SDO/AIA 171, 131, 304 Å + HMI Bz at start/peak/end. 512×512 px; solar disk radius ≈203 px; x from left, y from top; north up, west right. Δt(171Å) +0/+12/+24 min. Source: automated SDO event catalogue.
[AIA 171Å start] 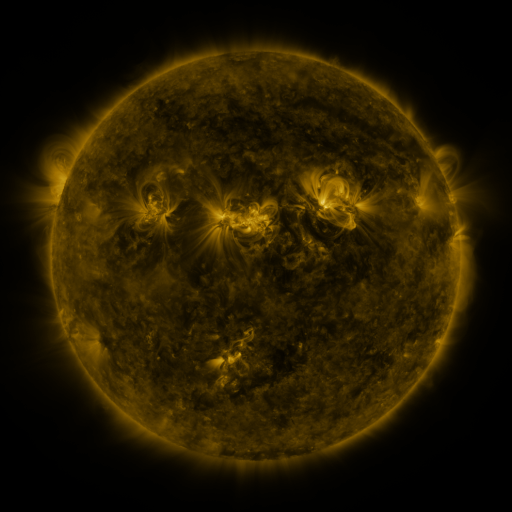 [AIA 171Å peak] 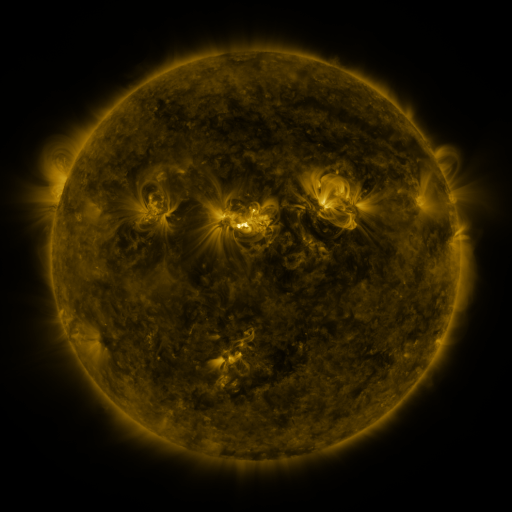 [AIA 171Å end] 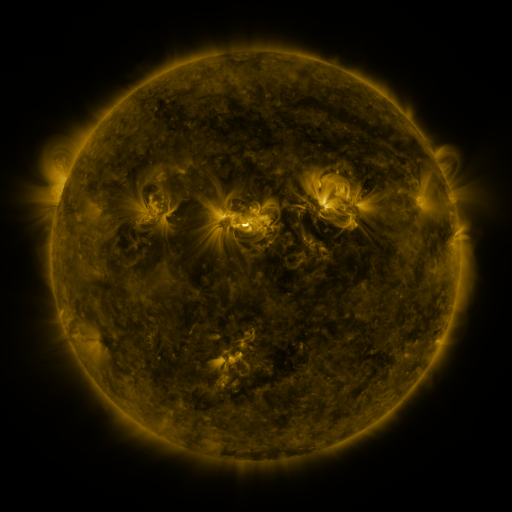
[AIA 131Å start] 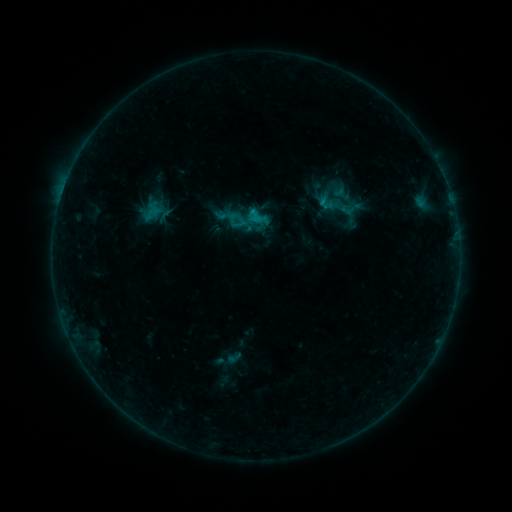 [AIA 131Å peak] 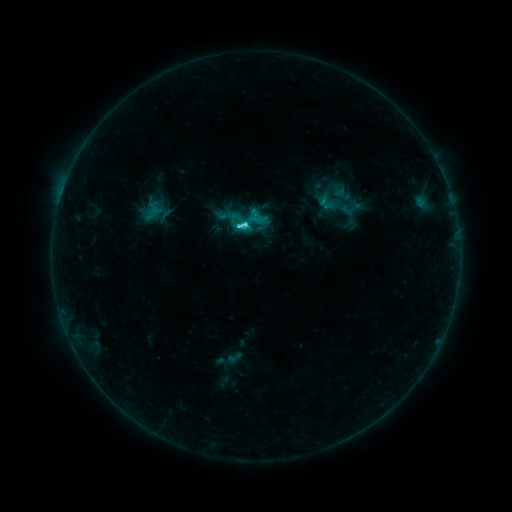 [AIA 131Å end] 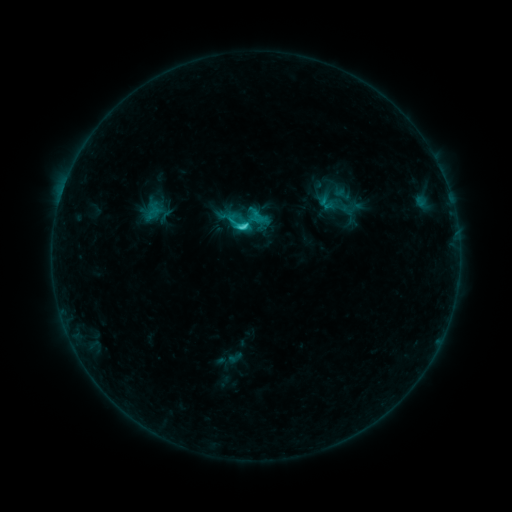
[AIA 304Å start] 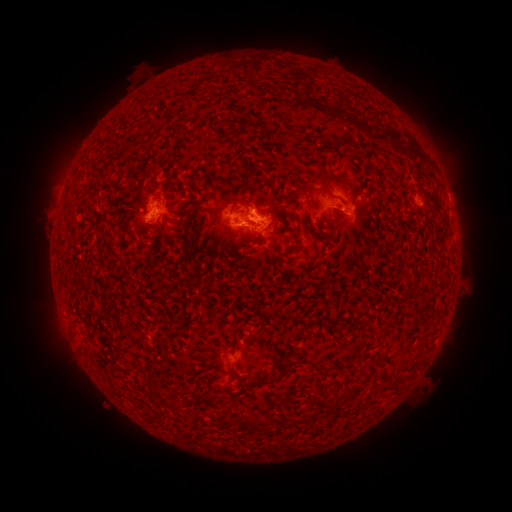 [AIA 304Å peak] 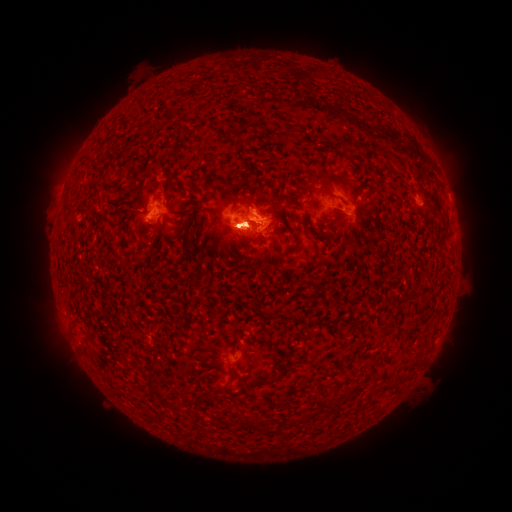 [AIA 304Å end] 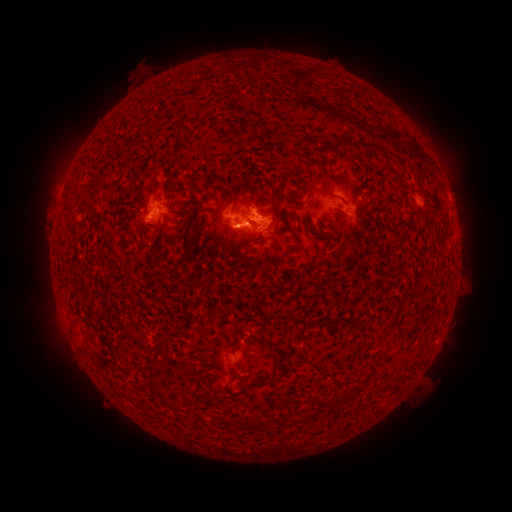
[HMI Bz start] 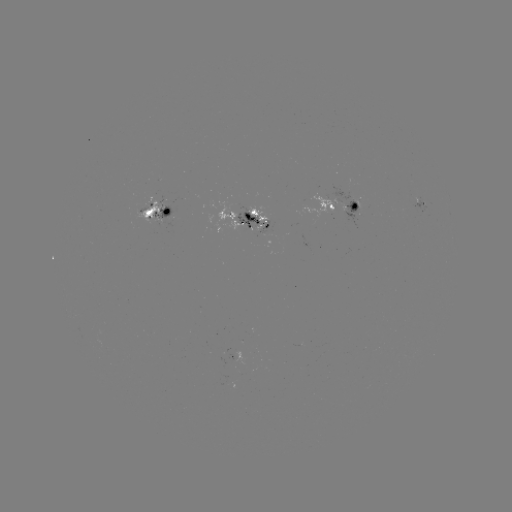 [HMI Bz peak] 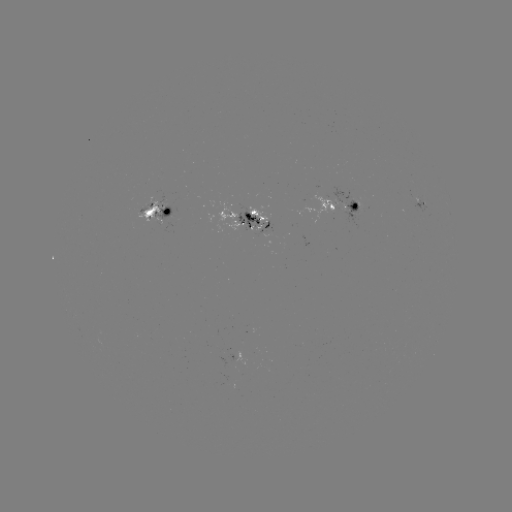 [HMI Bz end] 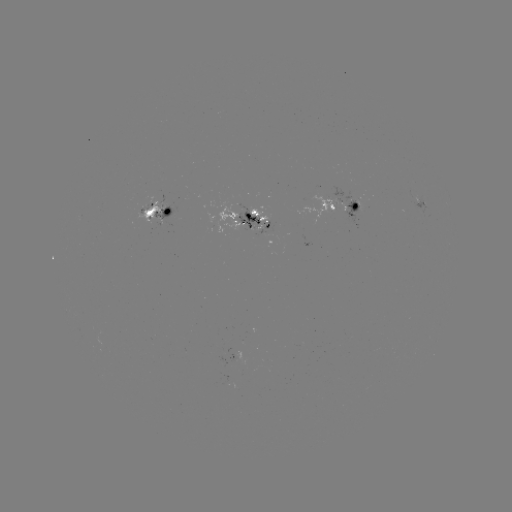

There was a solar flare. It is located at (245, 226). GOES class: C4.0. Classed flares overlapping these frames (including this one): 1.